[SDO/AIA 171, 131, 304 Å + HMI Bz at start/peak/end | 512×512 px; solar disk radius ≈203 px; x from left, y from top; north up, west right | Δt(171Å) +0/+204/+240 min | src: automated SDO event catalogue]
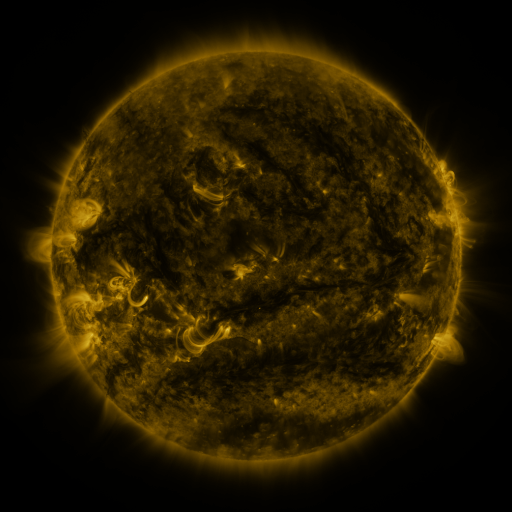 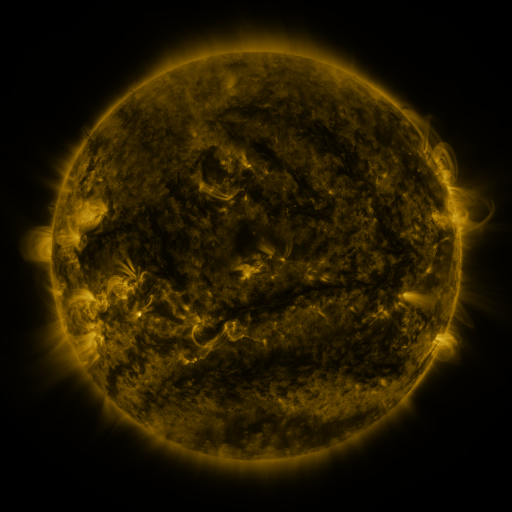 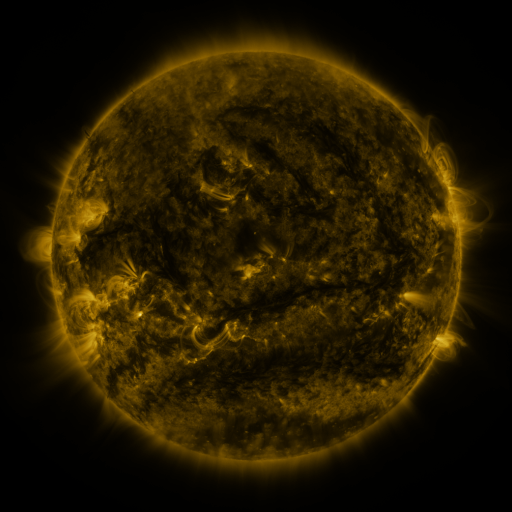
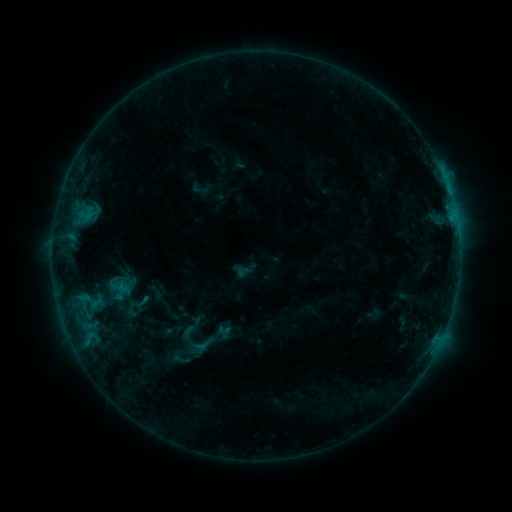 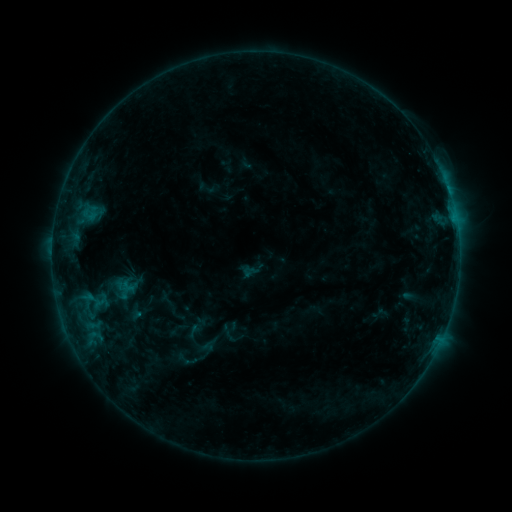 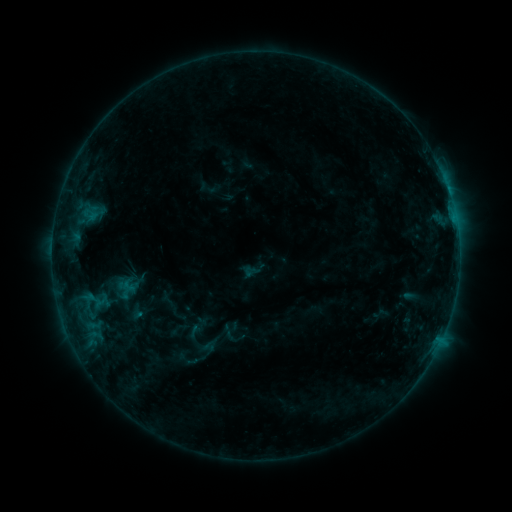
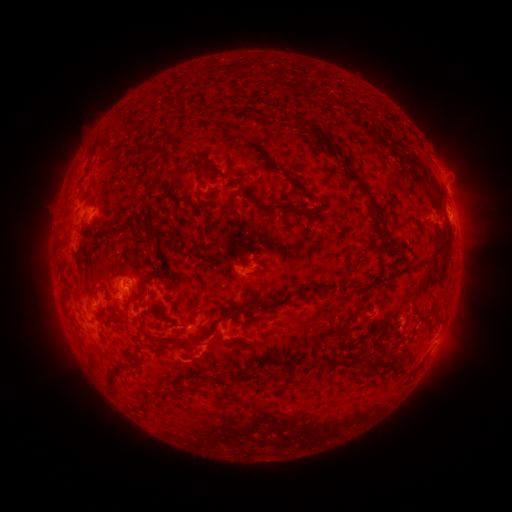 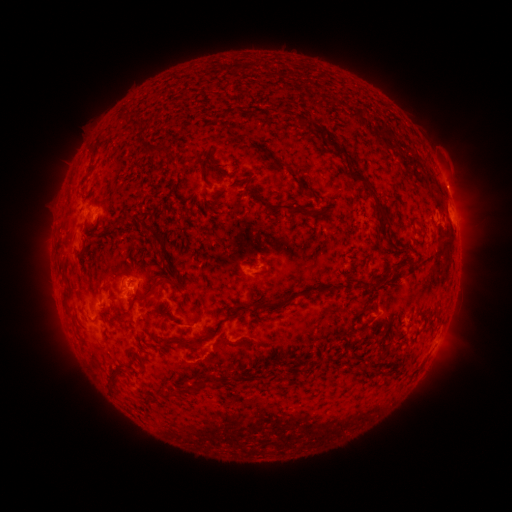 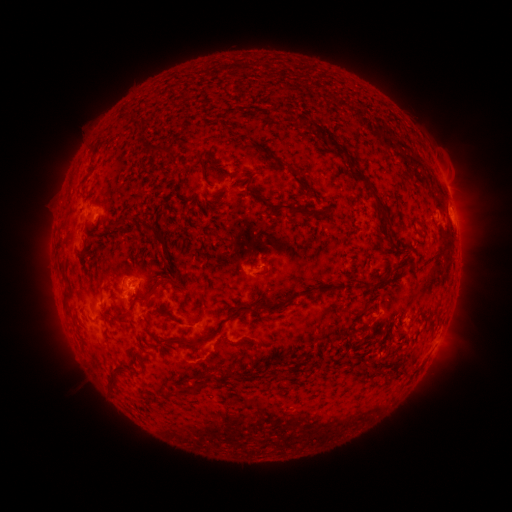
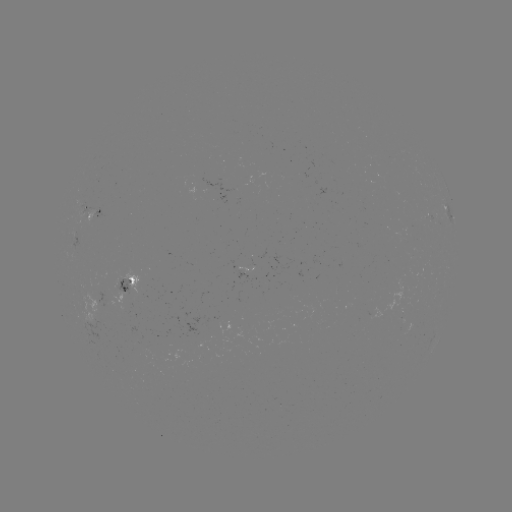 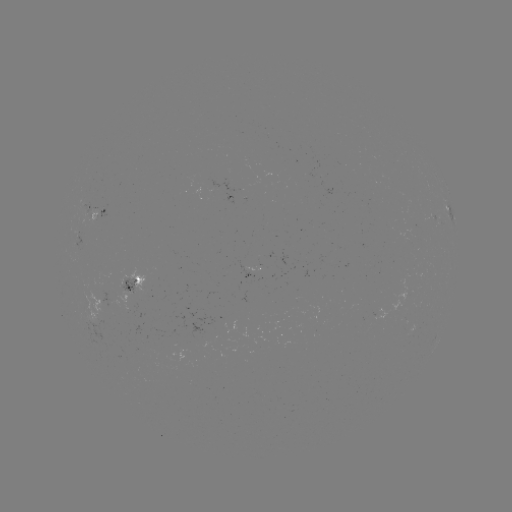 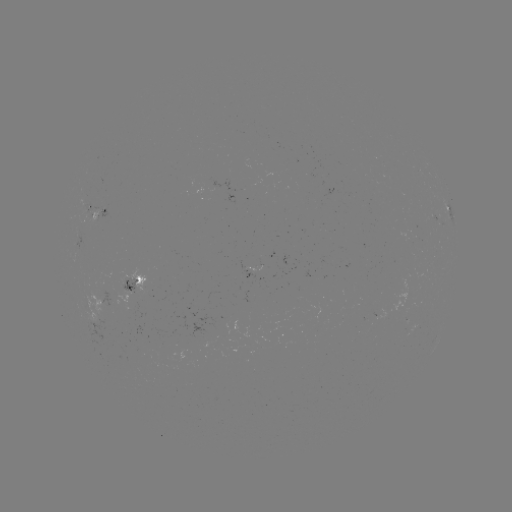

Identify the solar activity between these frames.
emerging-flux region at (87, 216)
